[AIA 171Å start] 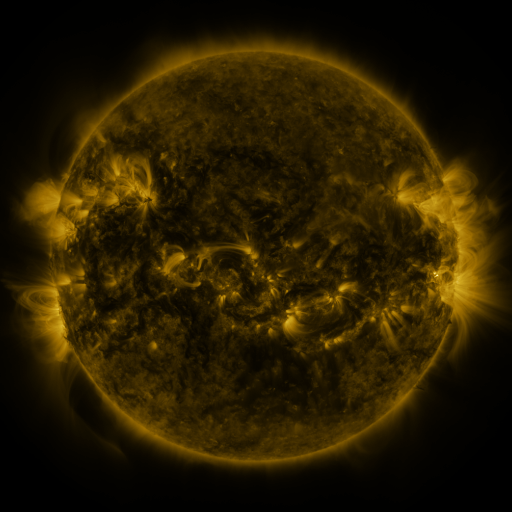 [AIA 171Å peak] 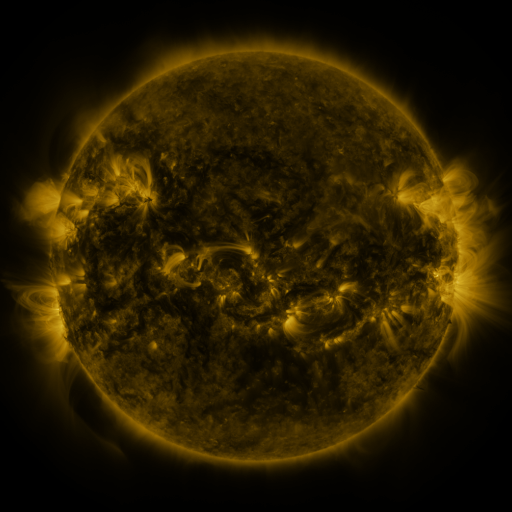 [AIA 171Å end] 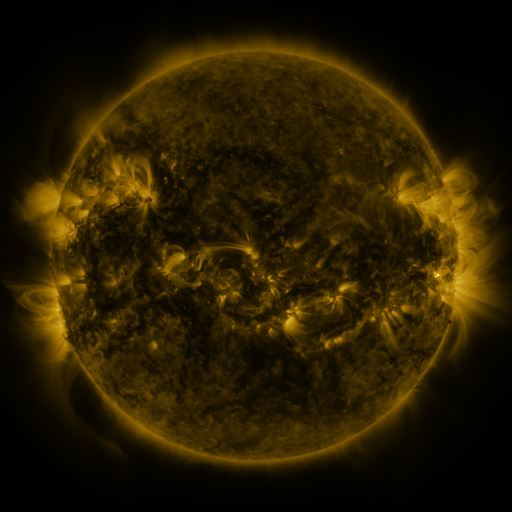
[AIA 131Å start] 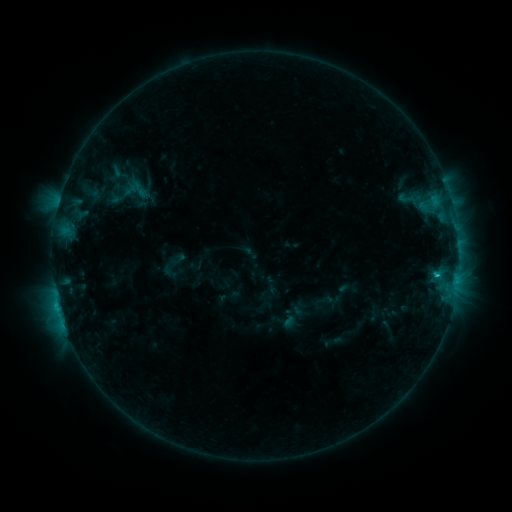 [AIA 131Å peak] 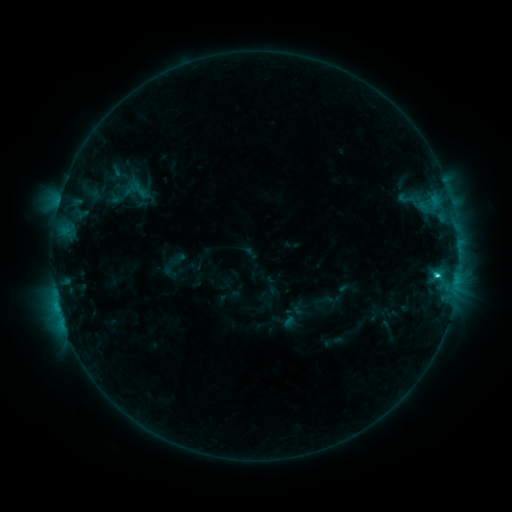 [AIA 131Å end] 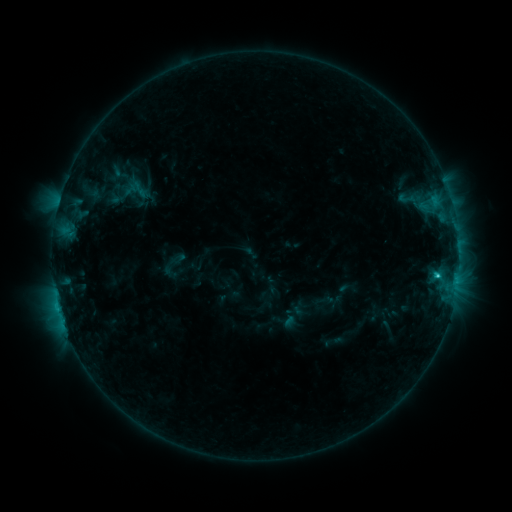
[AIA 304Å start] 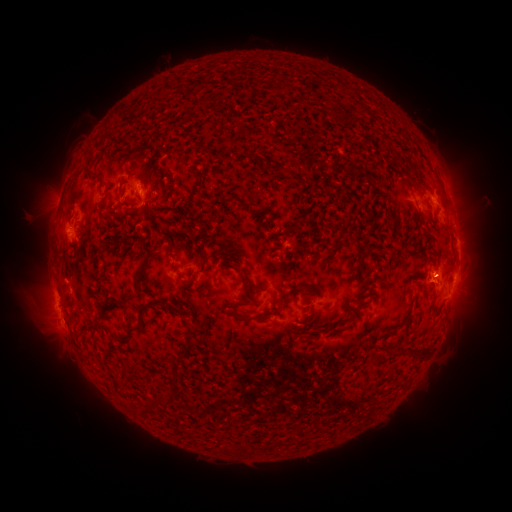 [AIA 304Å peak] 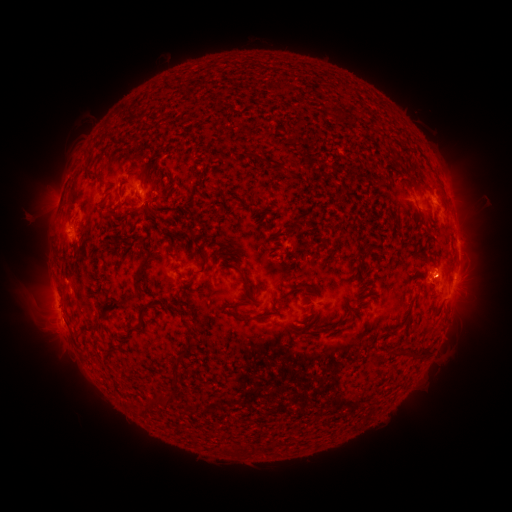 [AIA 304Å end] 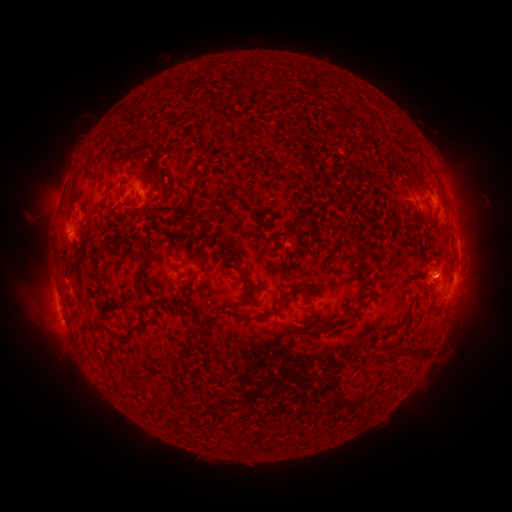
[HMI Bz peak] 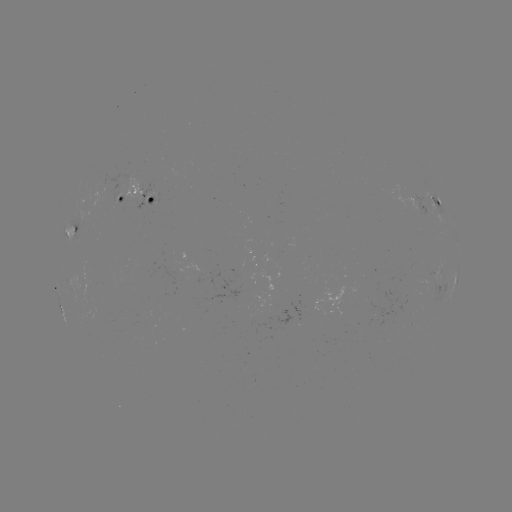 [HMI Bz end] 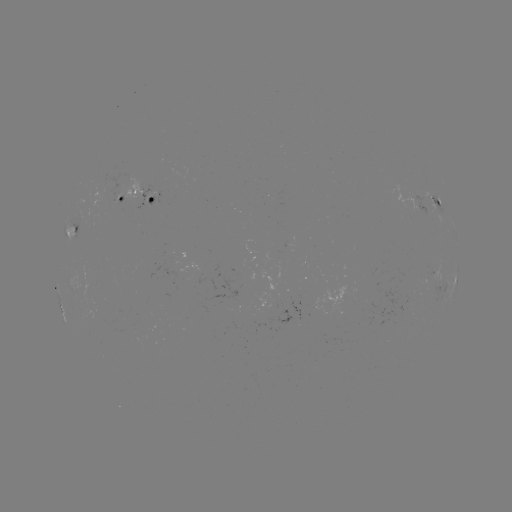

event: flare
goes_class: C1.9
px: (437, 275)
